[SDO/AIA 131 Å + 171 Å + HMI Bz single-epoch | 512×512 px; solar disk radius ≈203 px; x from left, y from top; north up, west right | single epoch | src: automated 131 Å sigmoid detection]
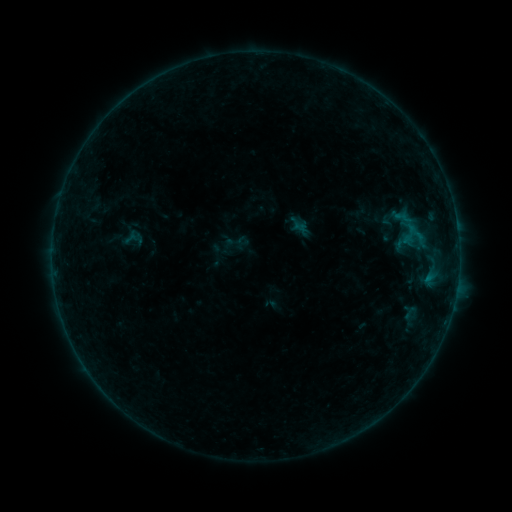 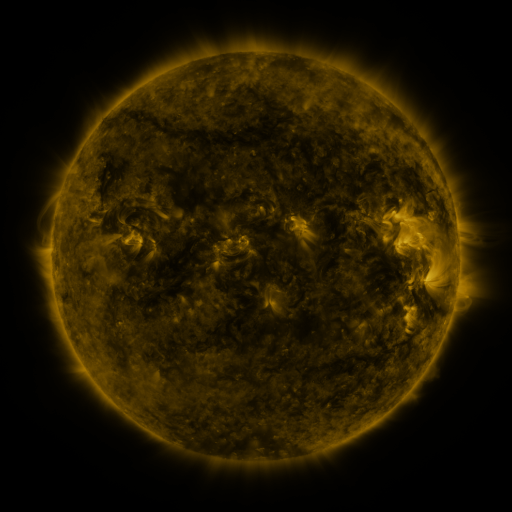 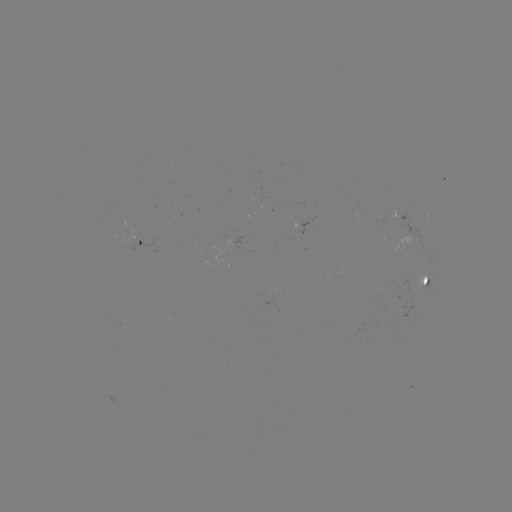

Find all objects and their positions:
sigmoid: (120, 225, 146, 252)
